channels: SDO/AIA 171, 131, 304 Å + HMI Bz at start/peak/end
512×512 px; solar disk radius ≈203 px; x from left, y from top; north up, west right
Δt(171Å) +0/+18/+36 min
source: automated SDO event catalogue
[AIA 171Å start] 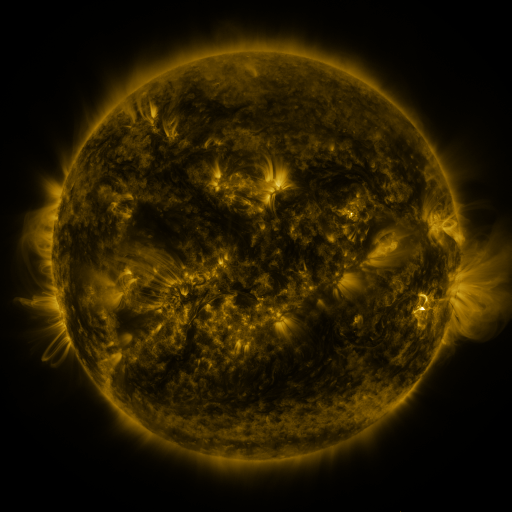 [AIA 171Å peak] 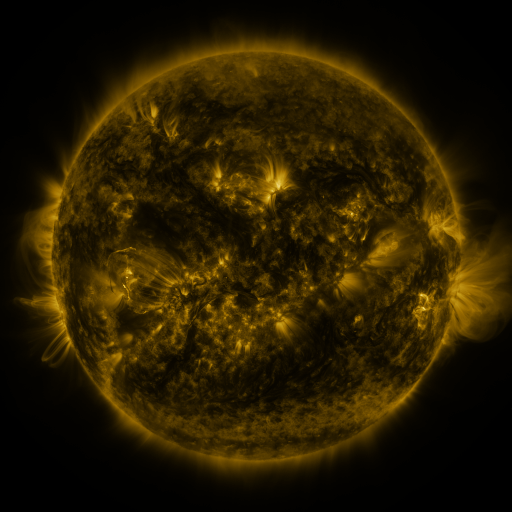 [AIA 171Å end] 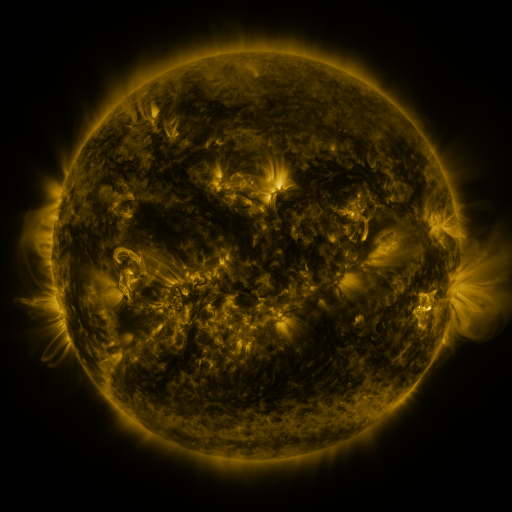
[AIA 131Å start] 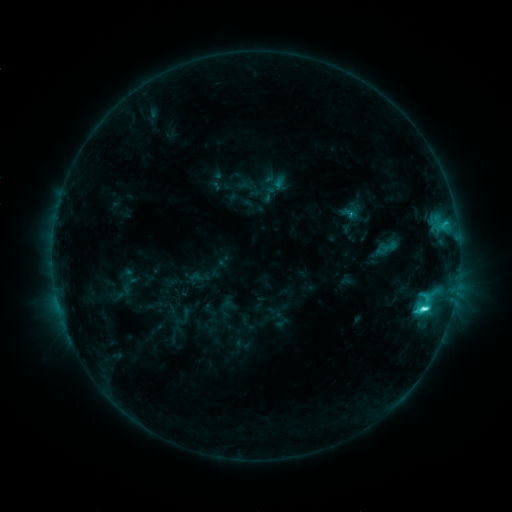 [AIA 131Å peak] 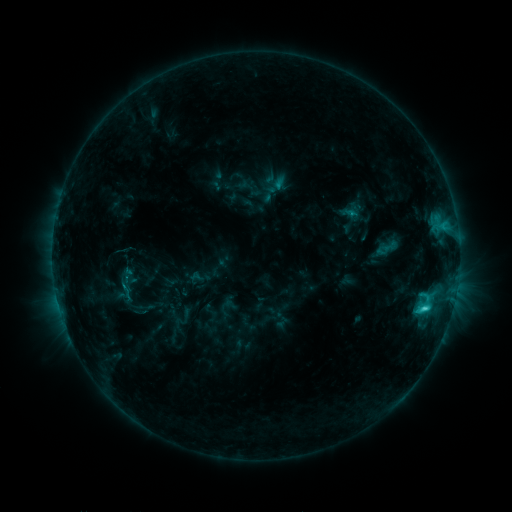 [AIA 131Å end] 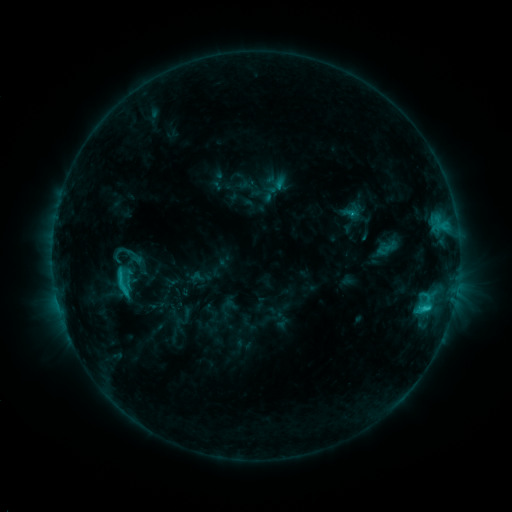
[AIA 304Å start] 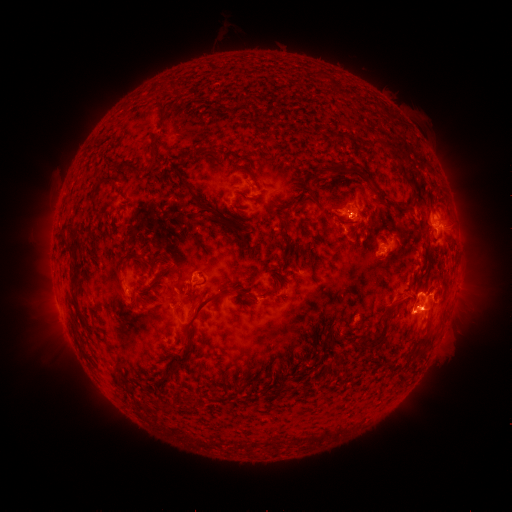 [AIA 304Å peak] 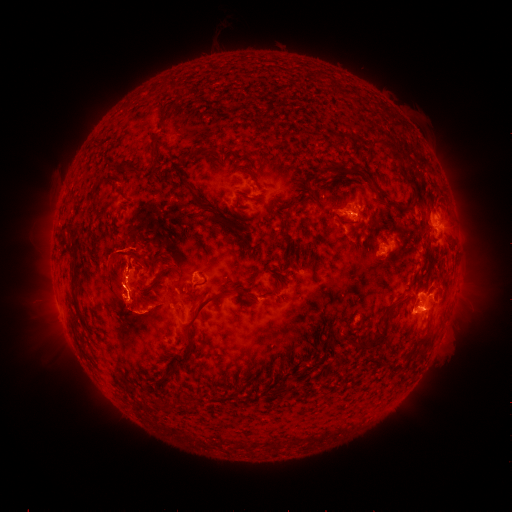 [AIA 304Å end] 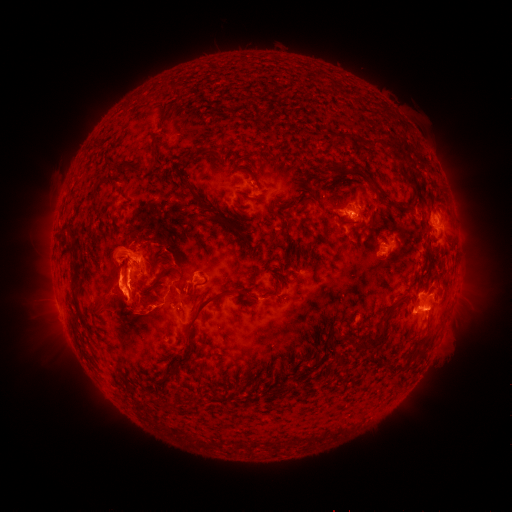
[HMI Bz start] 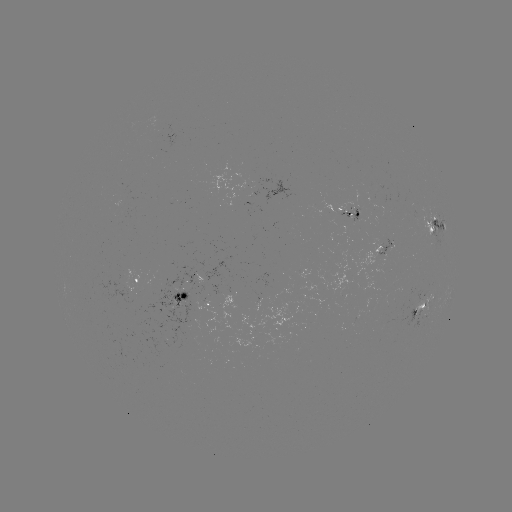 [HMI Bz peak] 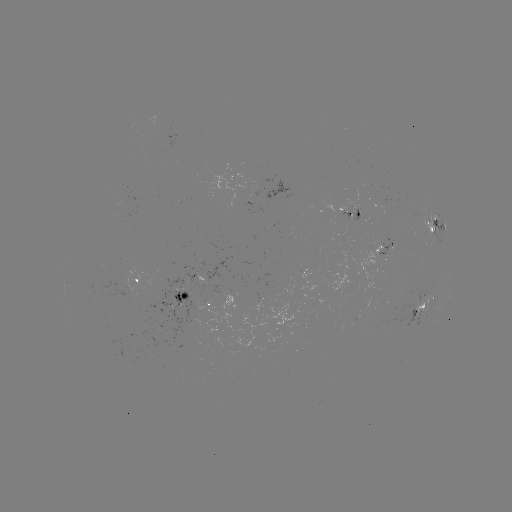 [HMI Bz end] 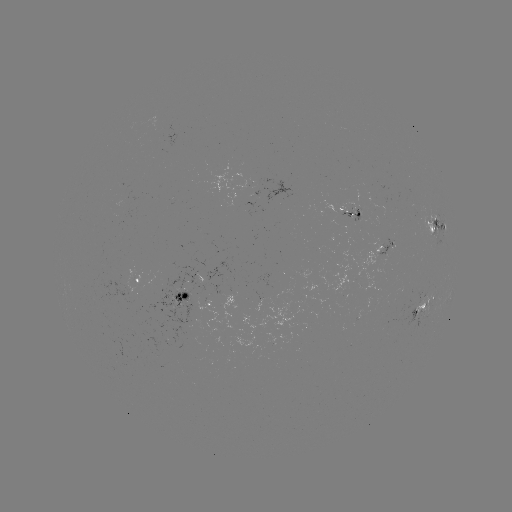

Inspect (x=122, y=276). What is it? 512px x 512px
eruption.